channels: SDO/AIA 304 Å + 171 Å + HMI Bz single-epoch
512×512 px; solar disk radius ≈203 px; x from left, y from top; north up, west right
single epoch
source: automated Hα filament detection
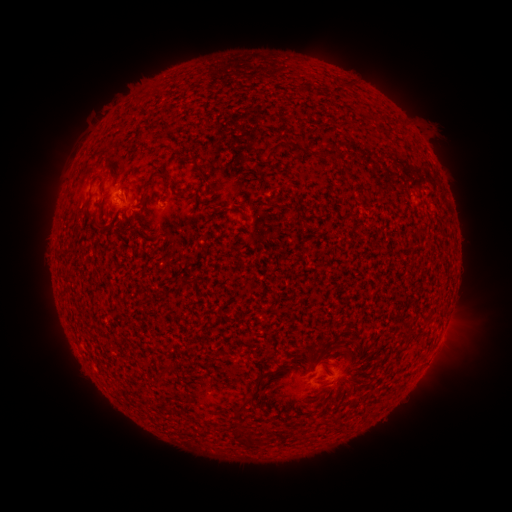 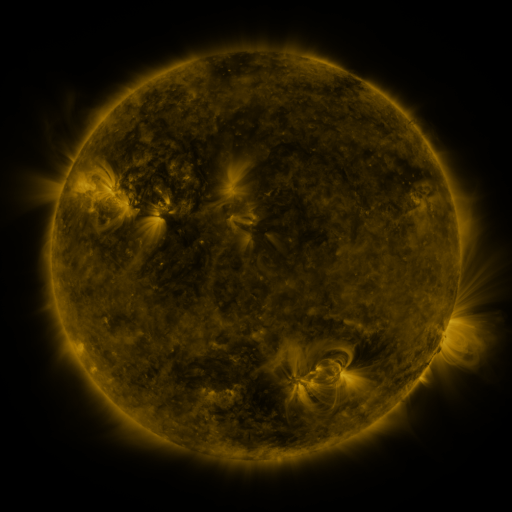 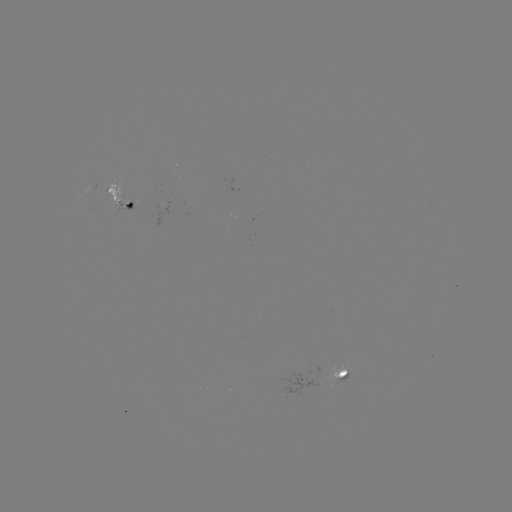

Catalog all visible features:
filament: <bbox>275, 110, 284, 125</bbox>
filament: <bbox>286, 140, 302, 150</bbox>
filament: <bbox>139, 170, 171, 210</bbox>
filament: <bbox>174, 191, 186, 198</bbox>
filament: <bbox>87, 194, 93, 206</bbox>
filament: <bbox>97, 196, 104, 209</bbox>
filament: <bbox>124, 213, 135, 223</bbox>
filament: <bbox>106, 234, 115, 248</bbox>
filament: <bbox>315, 342, 344, 359</bbox>
filament: <bbox>163, 364, 175, 372</bbox>
filament: <bbox>231, 395, 253, 415</bbox>
filament: <bbox>244, 430, 253, 444</bbox>
